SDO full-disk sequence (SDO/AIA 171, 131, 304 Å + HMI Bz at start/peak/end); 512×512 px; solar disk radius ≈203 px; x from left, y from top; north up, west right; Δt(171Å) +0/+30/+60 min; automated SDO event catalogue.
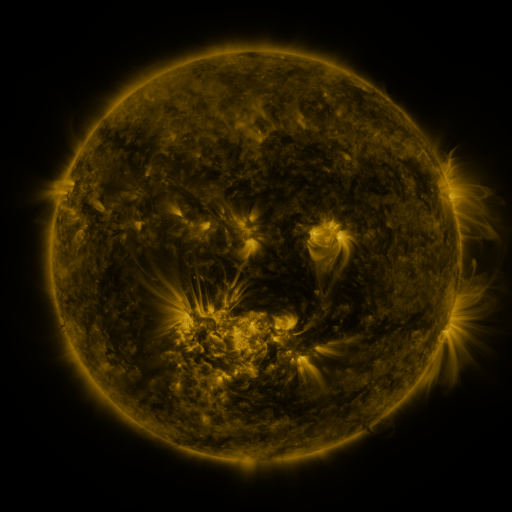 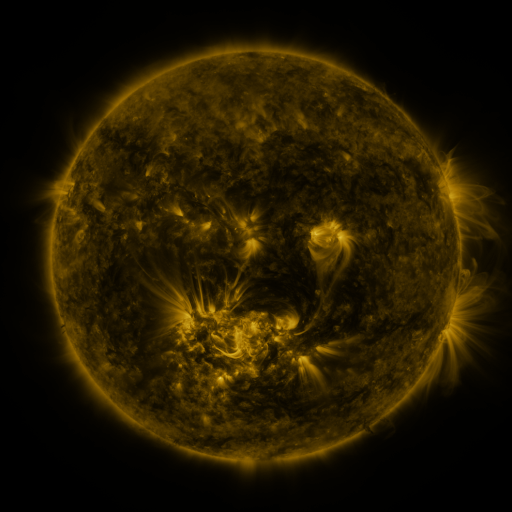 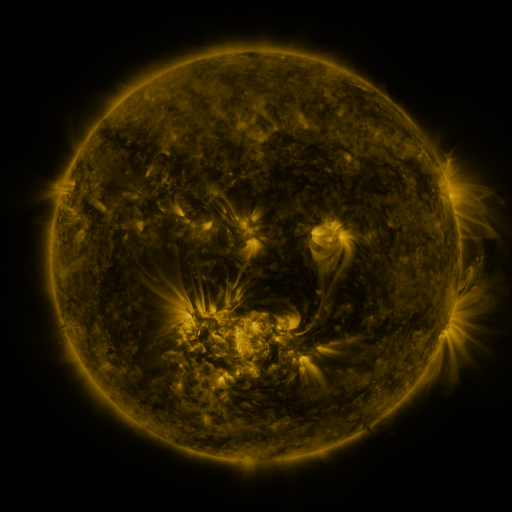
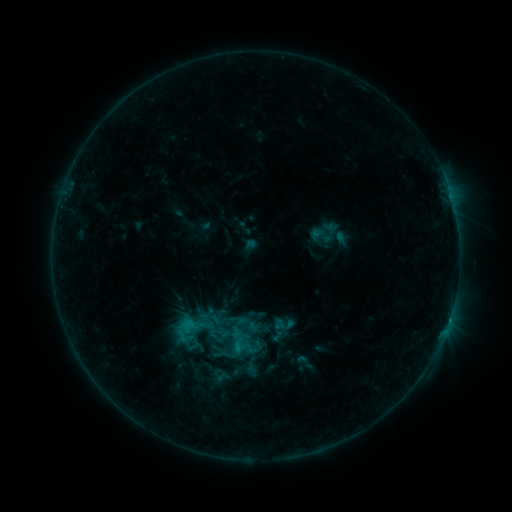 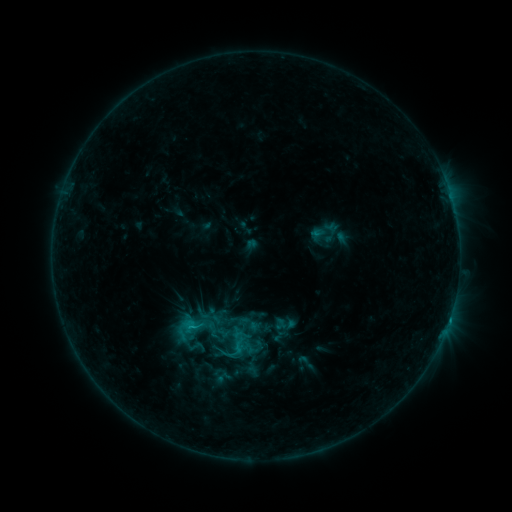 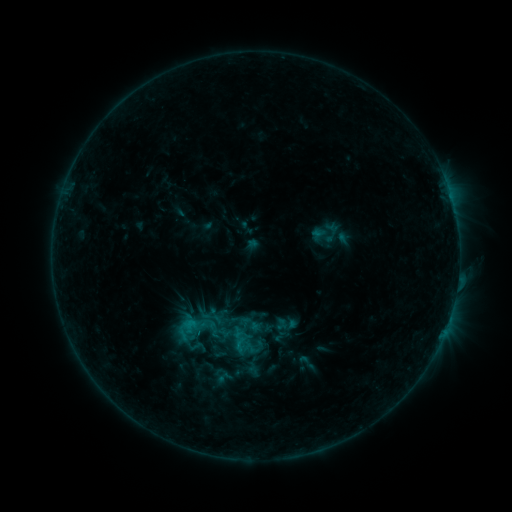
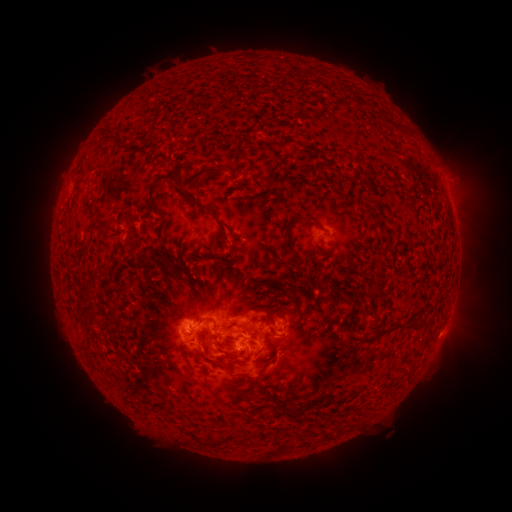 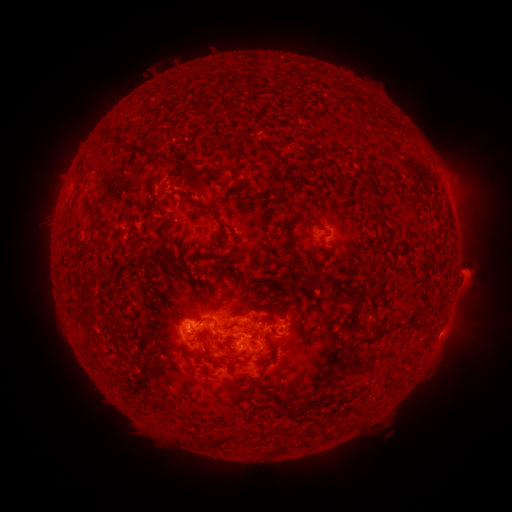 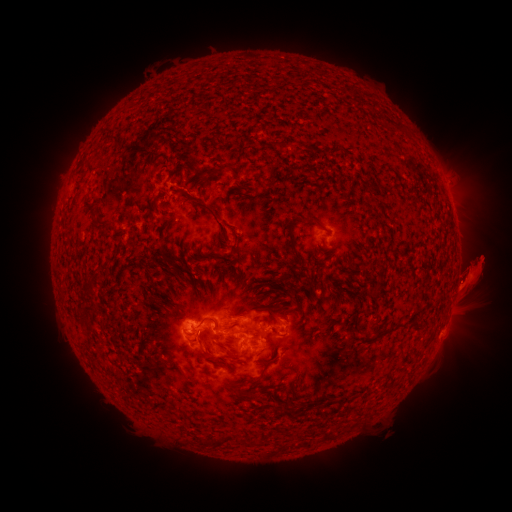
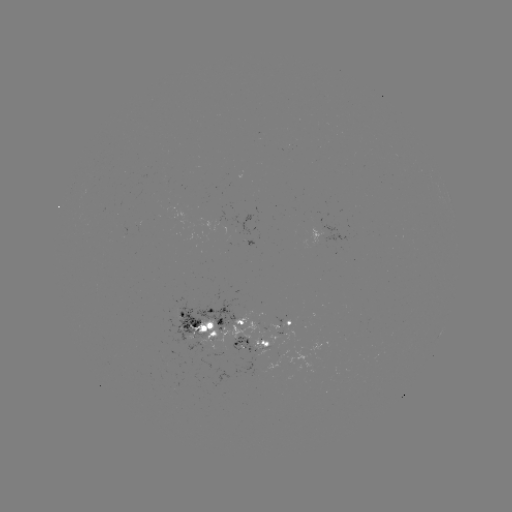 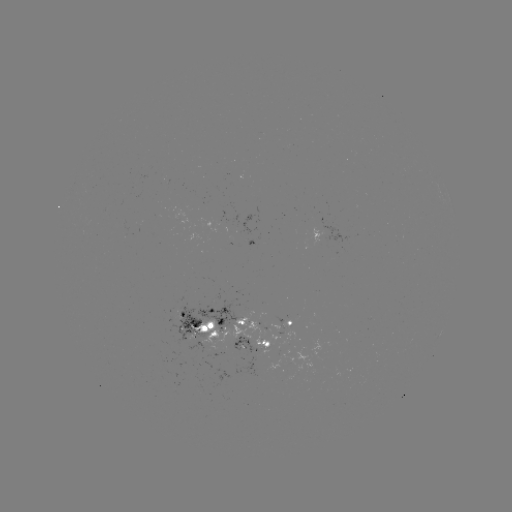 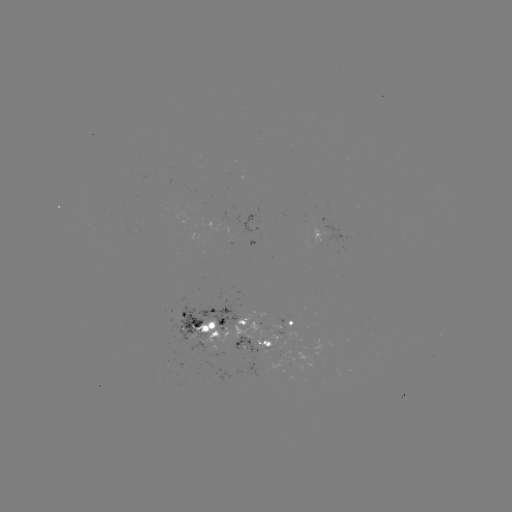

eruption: <bbox>136, 123, 195, 199</bbox>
